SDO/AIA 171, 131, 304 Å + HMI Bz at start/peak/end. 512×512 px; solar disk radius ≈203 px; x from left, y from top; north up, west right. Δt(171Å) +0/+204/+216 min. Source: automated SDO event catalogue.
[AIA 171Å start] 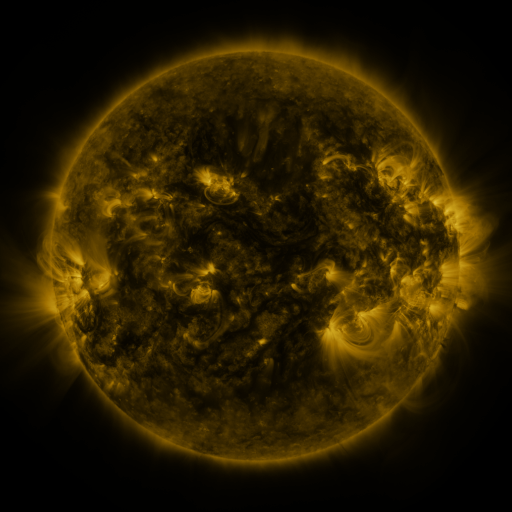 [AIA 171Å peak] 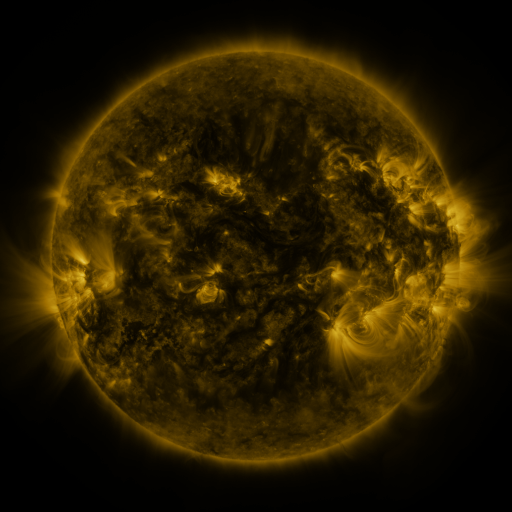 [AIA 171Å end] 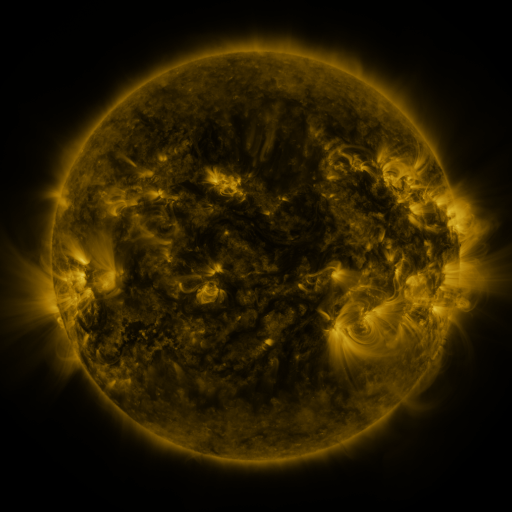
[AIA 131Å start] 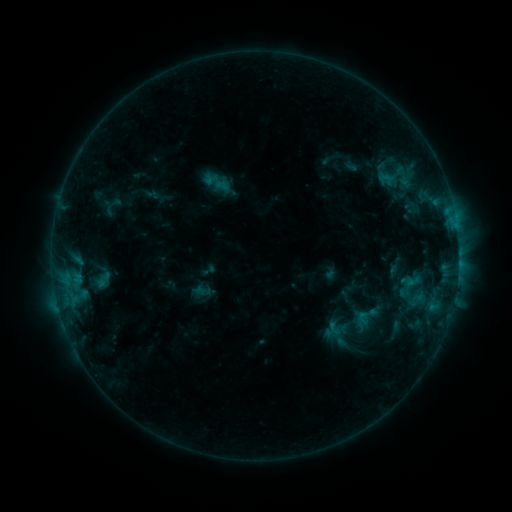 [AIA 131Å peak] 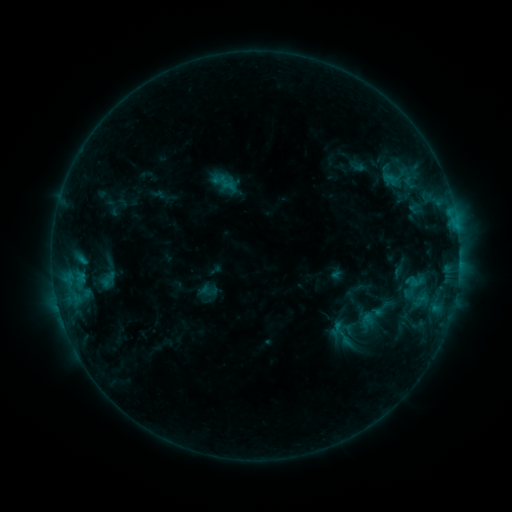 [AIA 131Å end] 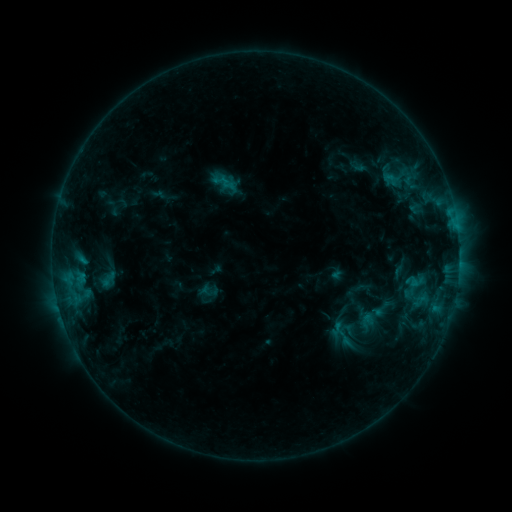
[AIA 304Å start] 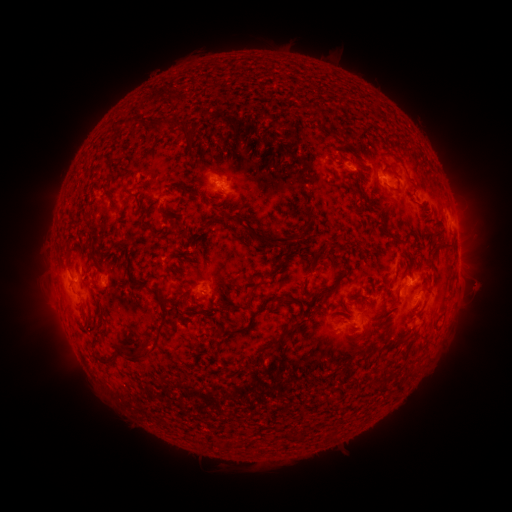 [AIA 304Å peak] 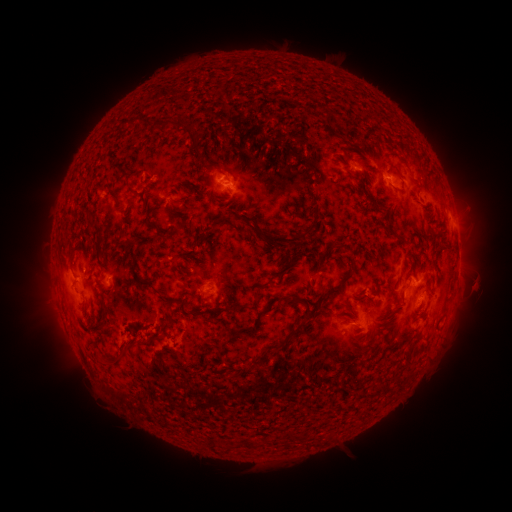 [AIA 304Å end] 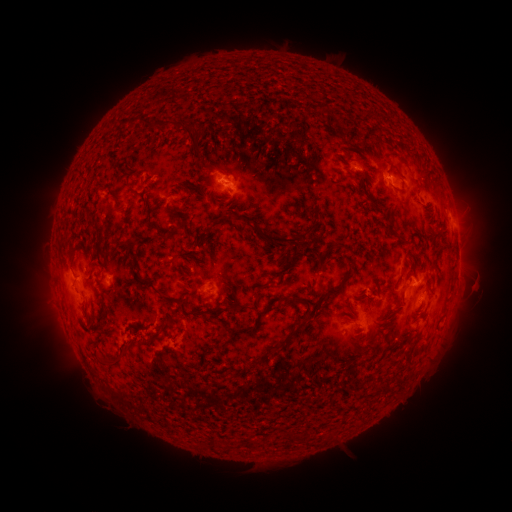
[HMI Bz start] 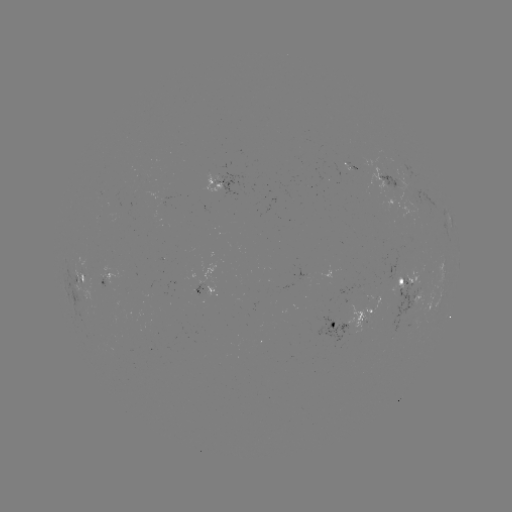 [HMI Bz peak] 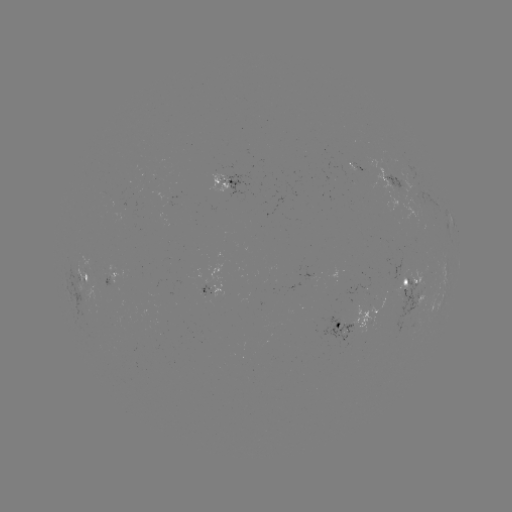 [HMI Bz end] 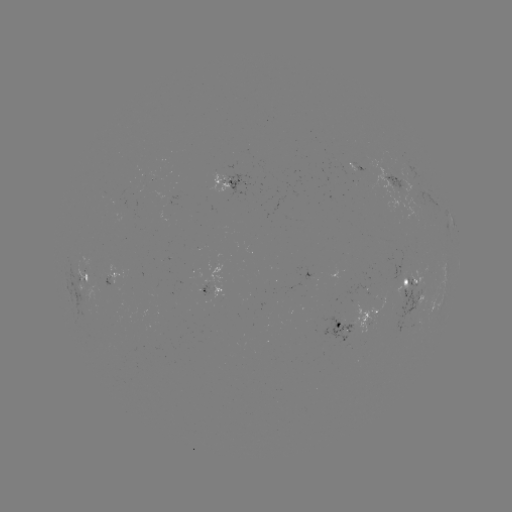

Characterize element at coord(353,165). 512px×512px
emerging-flux region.